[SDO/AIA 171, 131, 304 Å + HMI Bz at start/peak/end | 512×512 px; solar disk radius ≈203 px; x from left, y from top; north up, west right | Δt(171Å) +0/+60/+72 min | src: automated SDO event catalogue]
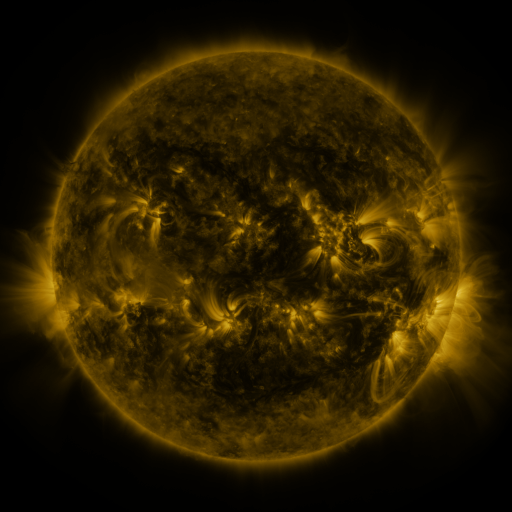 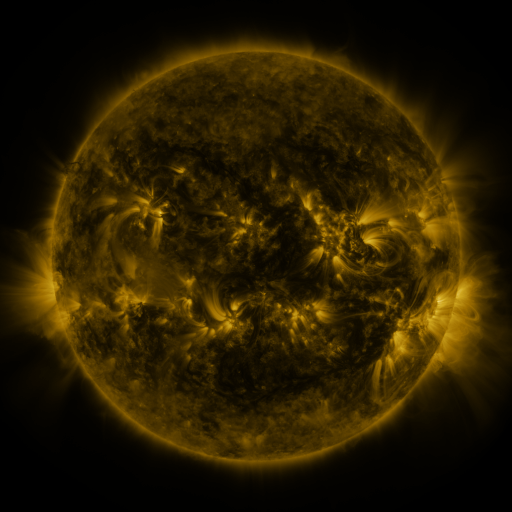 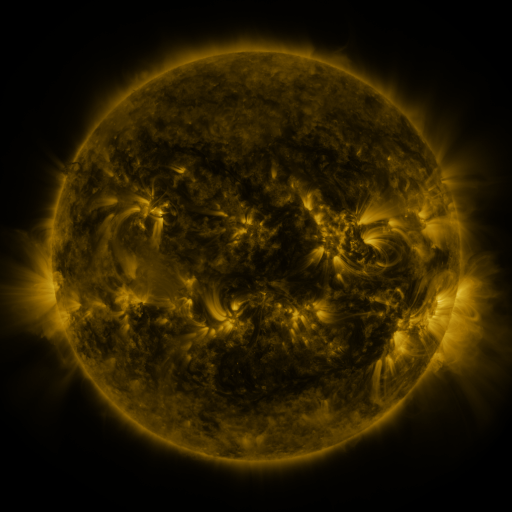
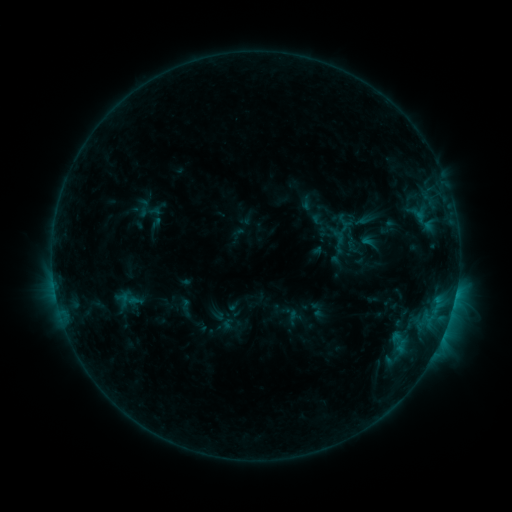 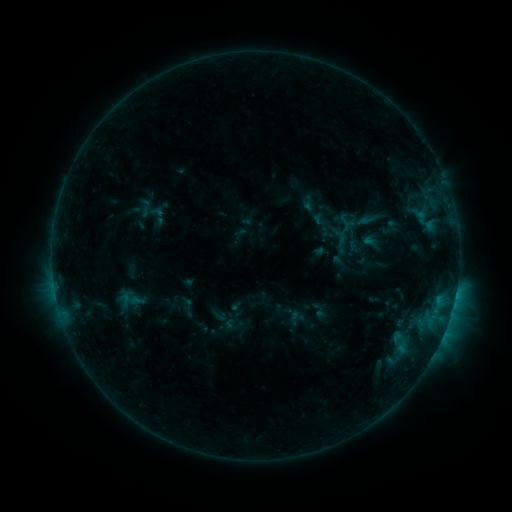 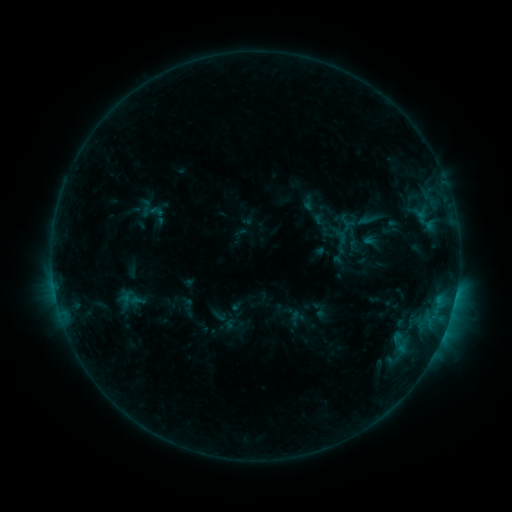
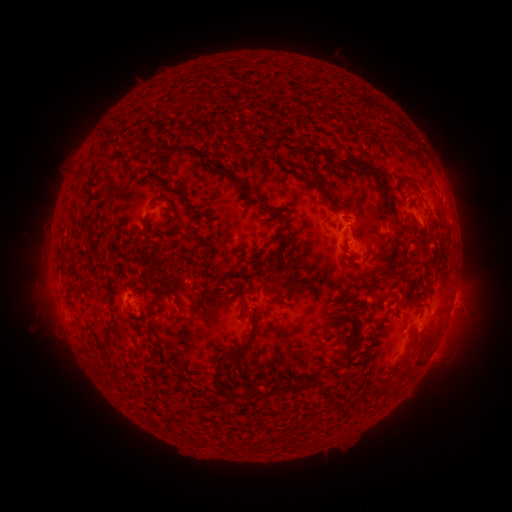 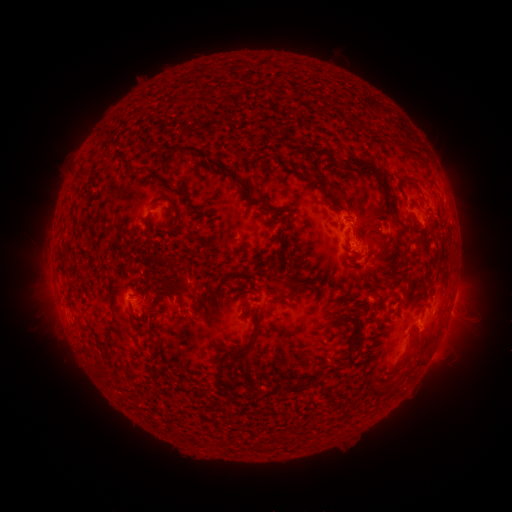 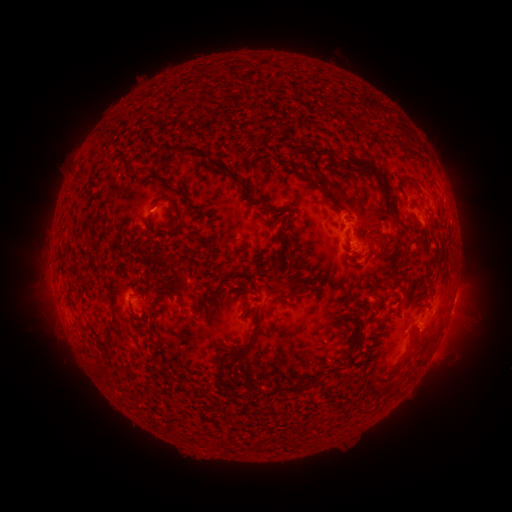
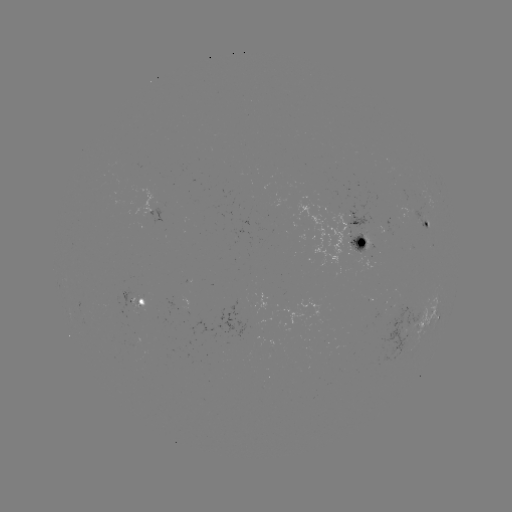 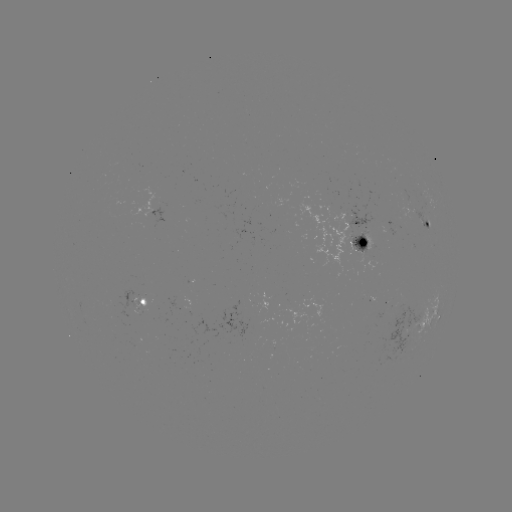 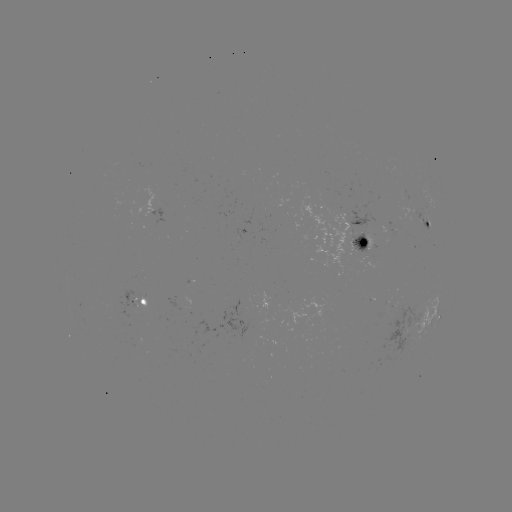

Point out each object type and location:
emerging-flux region: (356, 242)
